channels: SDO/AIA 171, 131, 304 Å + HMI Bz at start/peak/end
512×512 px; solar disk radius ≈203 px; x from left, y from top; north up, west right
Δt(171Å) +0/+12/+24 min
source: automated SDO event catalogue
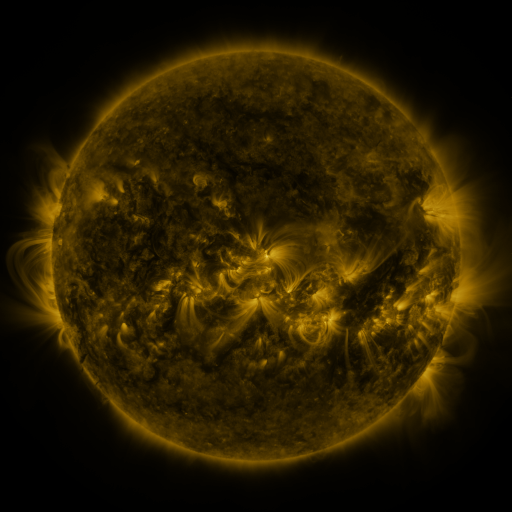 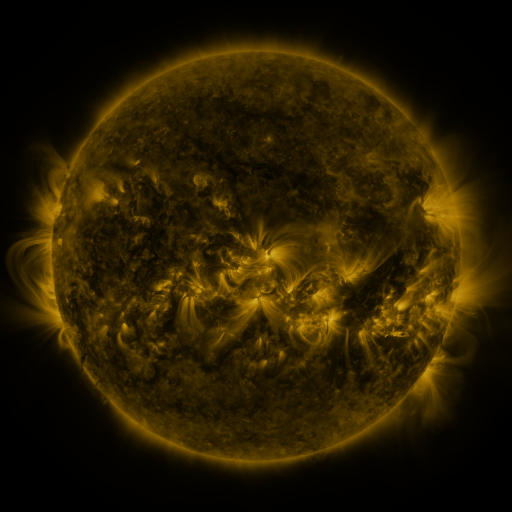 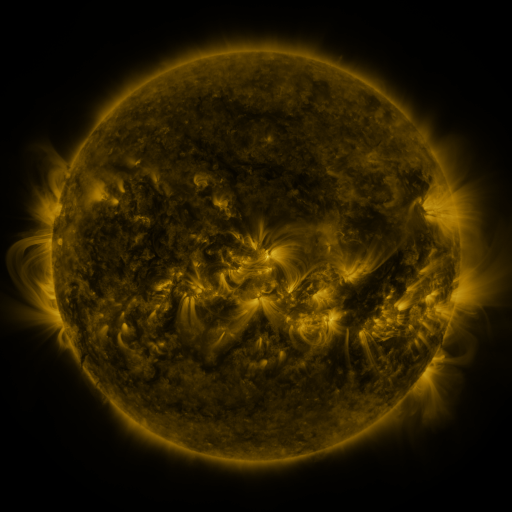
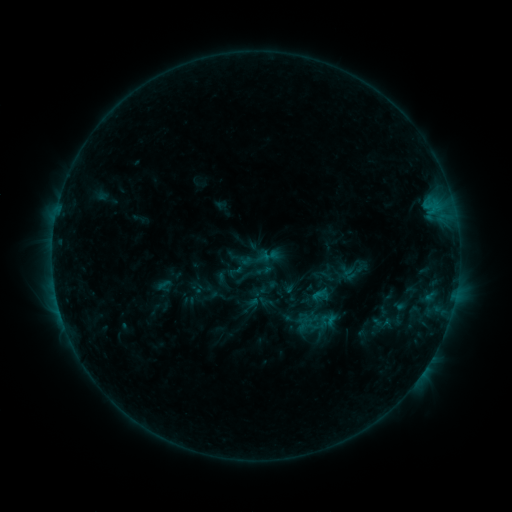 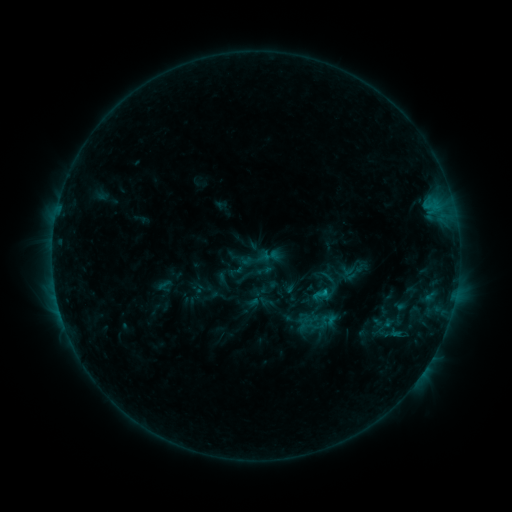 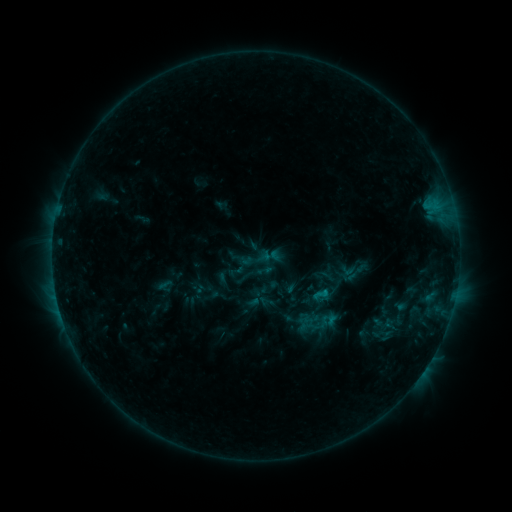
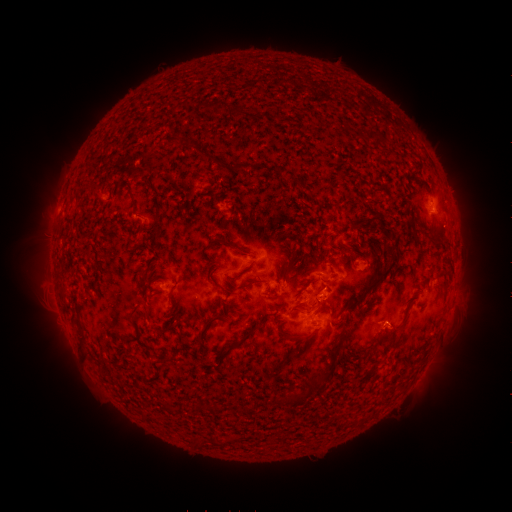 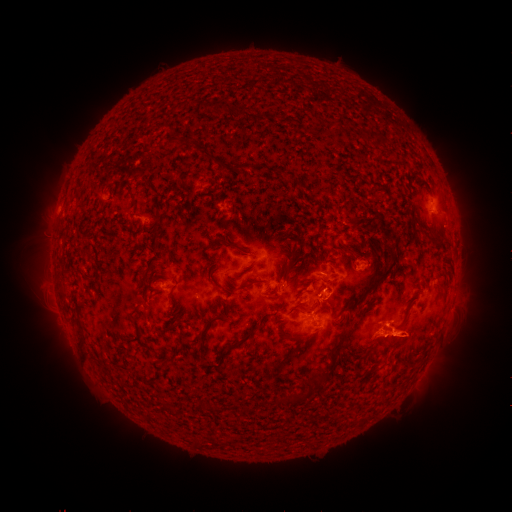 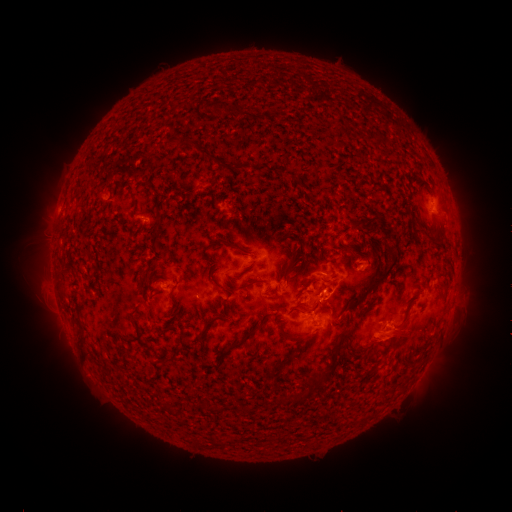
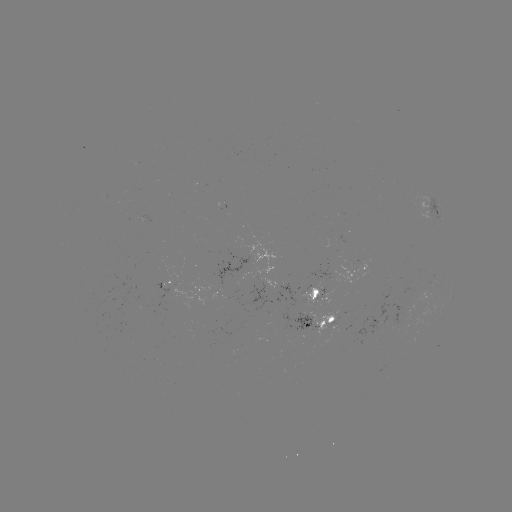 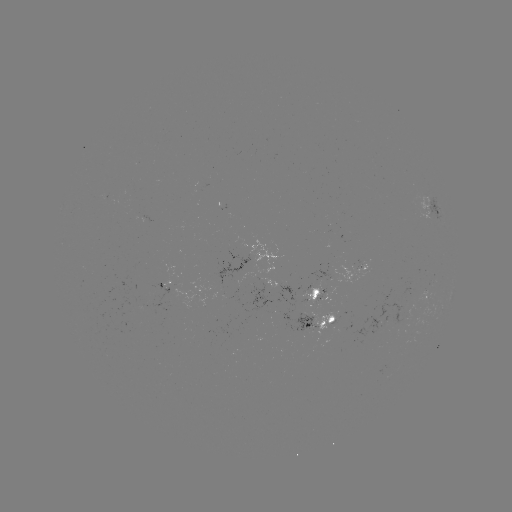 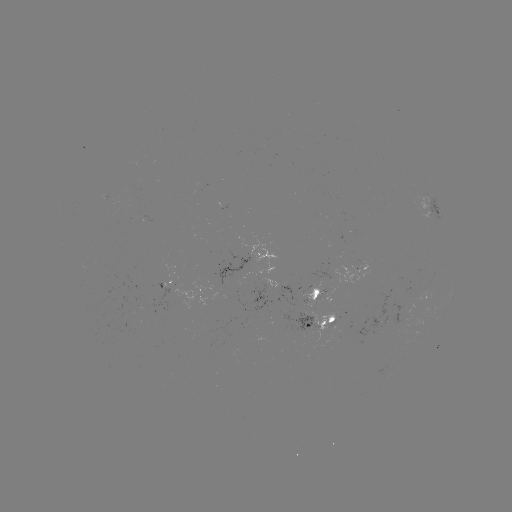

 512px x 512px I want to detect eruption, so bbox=[341, 309, 472, 367].